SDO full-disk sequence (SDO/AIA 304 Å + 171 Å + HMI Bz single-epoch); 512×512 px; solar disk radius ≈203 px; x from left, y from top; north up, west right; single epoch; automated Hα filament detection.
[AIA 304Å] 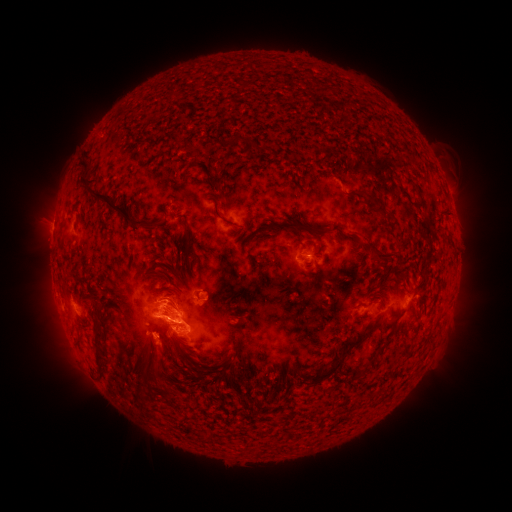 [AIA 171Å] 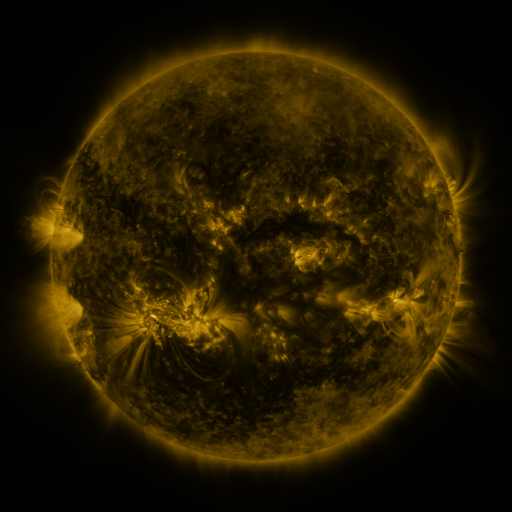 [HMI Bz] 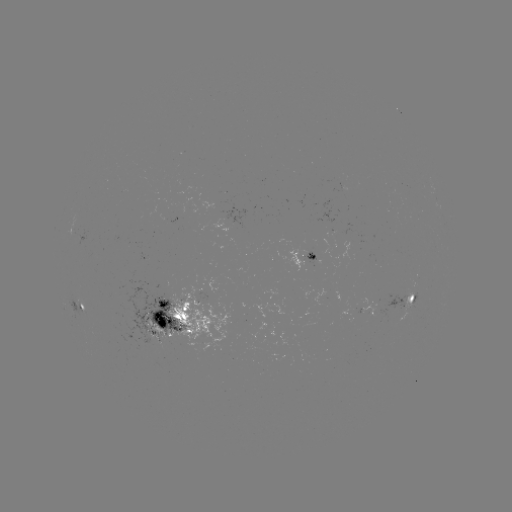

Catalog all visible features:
filament: (239, 138)
filament: (84, 167)
filament: (213, 183)
filament: (418, 193)
filament: (375, 201)
filament: (110, 207)
filament: (220, 217)
filament: (283, 225)
filament: (62, 226)
filament: (318, 231)
filament: (354, 236)
filament: (188, 241)
filament: (207, 249)
filament: (377, 253)
filament: (197, 257)
filament: (362, 262)
filament: (404, 274)
filament: (183, 278)
filament: (236, 296)
filament: (174, 307)
filament: (401, 313)
filament: (166, 329)
filament: (406, 346)
filament: (99, 350)
filament: (156, 352)
filament: (182, 354)
filament: (344, 355)
